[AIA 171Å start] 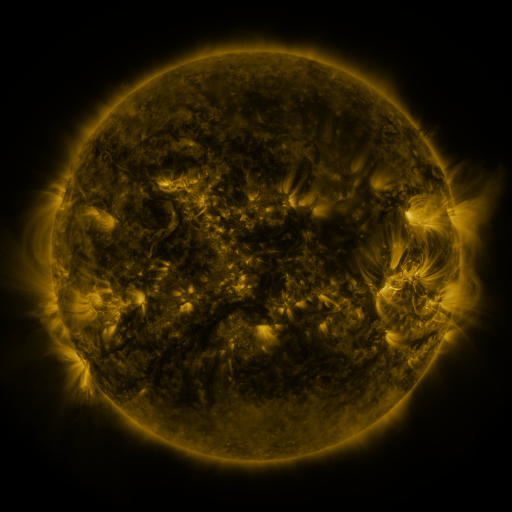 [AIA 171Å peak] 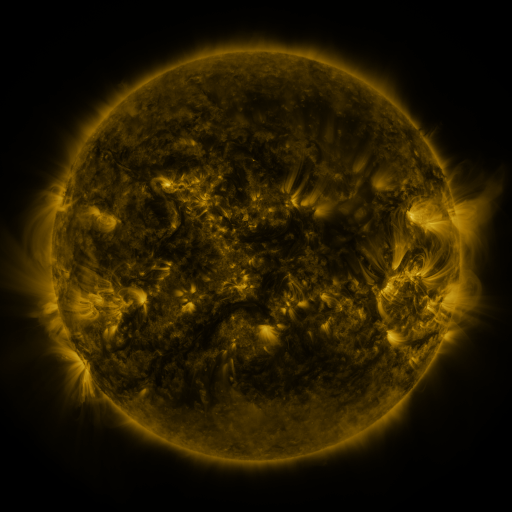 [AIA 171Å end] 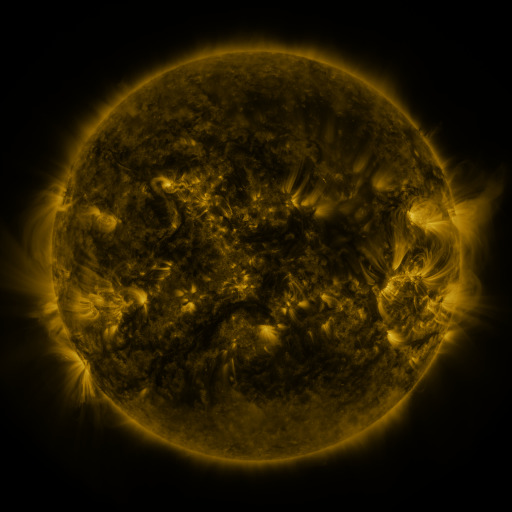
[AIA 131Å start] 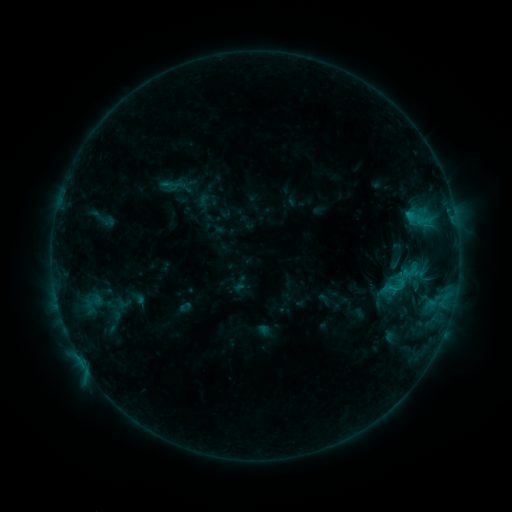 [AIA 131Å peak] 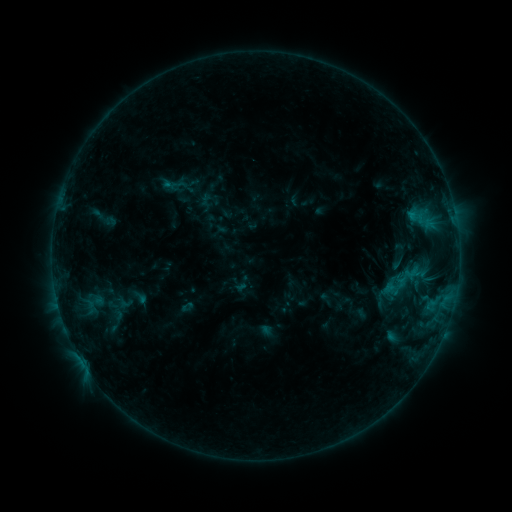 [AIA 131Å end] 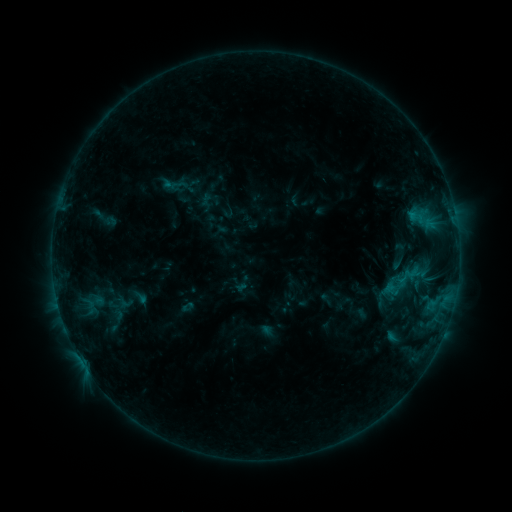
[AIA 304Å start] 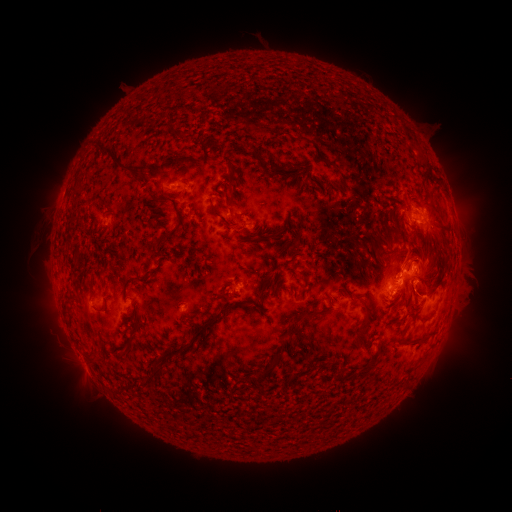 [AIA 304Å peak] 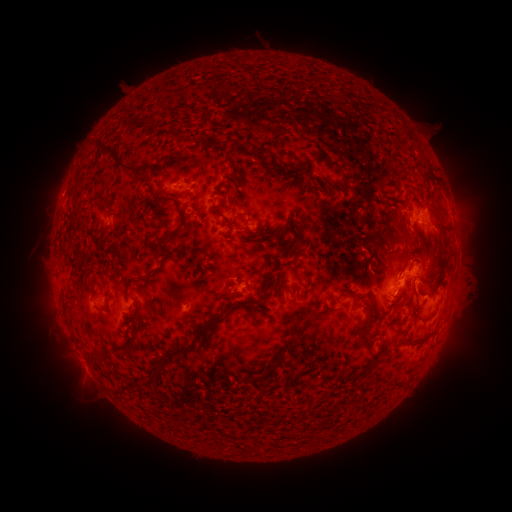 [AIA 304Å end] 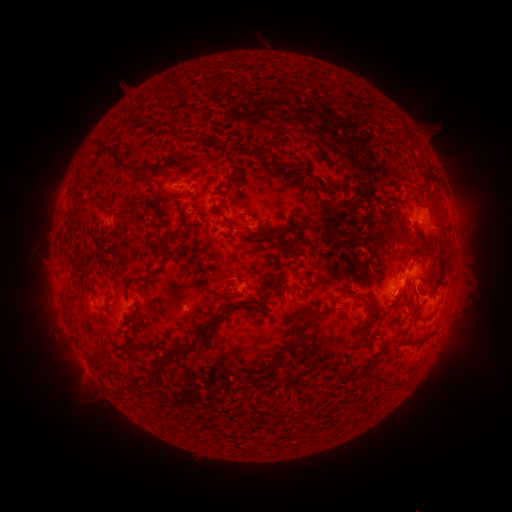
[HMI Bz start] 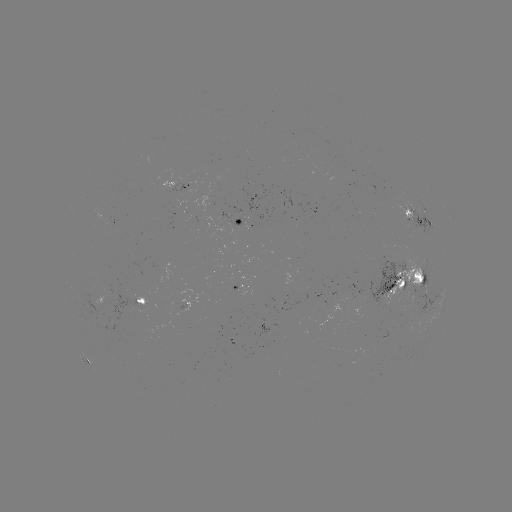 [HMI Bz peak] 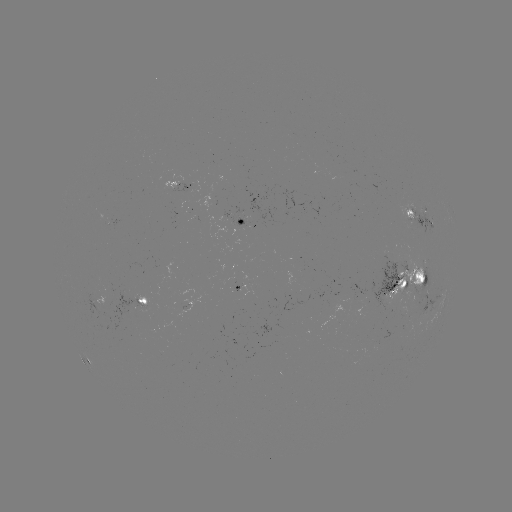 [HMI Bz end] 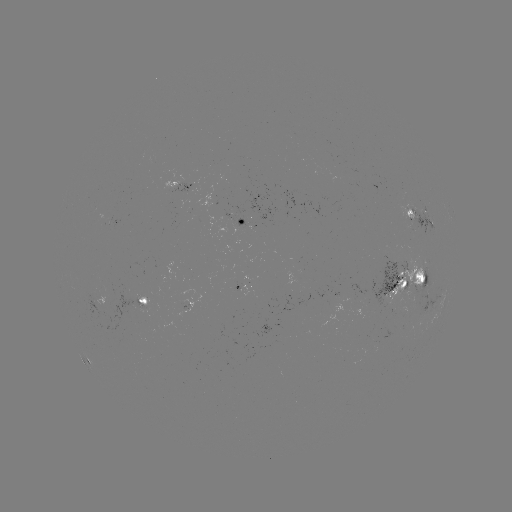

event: emerging-flux region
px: (253, 212)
